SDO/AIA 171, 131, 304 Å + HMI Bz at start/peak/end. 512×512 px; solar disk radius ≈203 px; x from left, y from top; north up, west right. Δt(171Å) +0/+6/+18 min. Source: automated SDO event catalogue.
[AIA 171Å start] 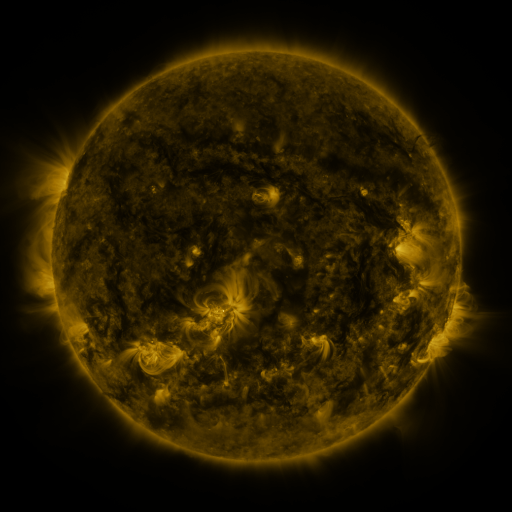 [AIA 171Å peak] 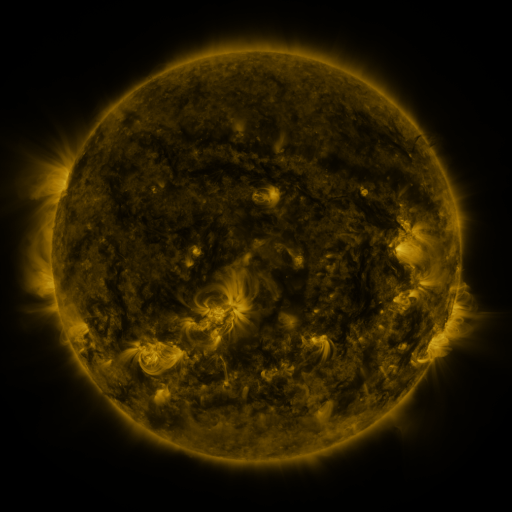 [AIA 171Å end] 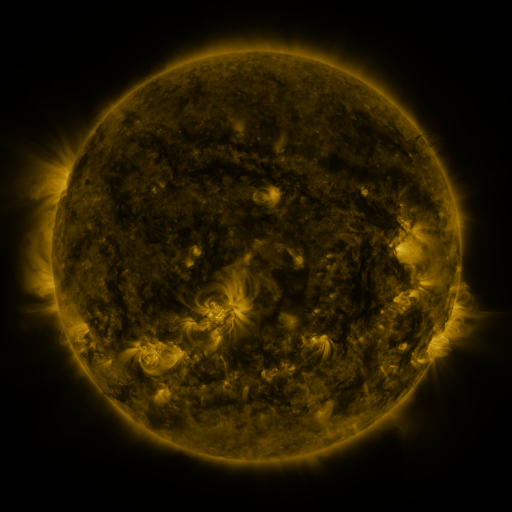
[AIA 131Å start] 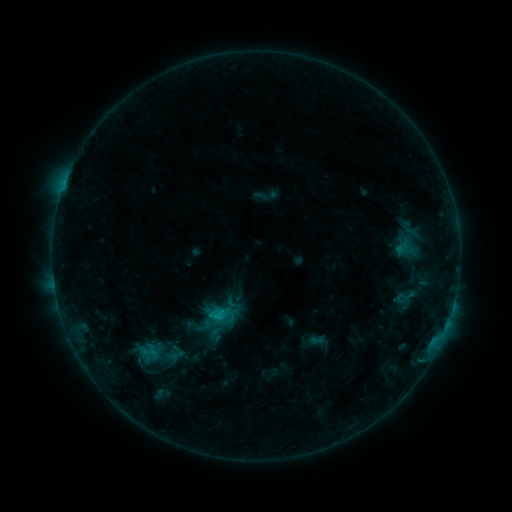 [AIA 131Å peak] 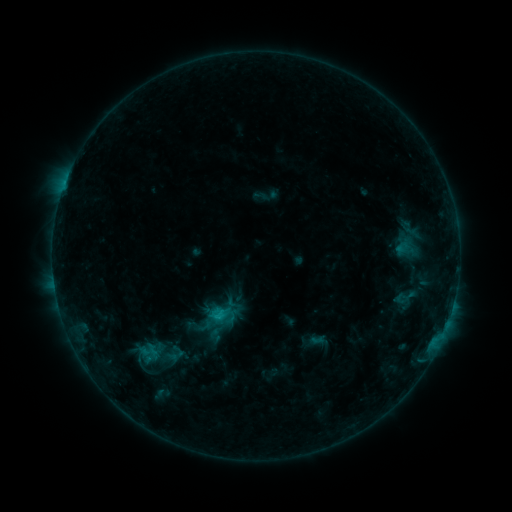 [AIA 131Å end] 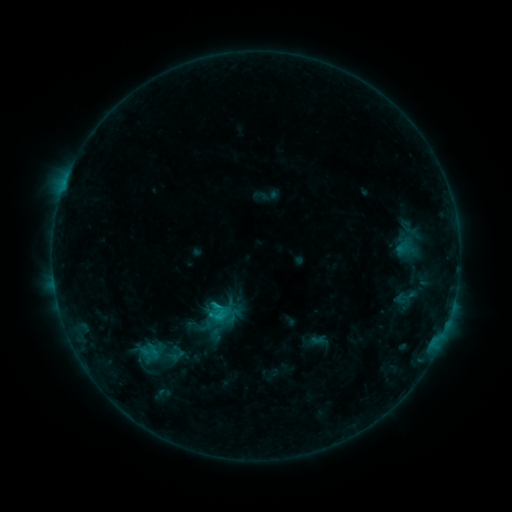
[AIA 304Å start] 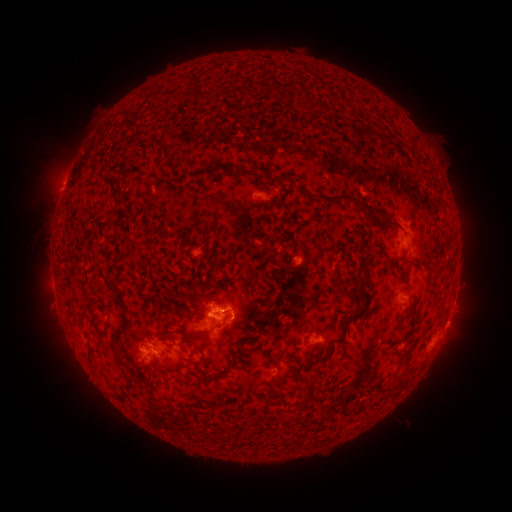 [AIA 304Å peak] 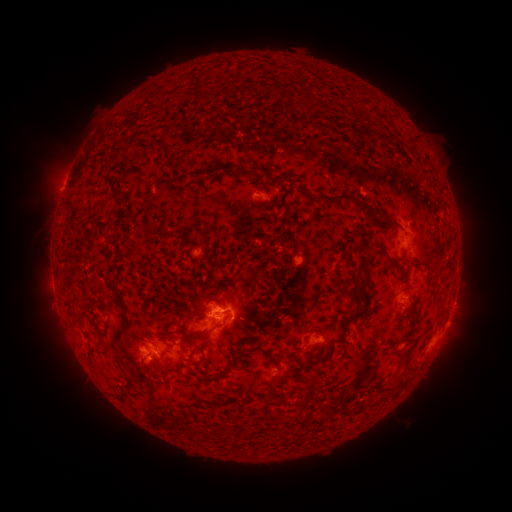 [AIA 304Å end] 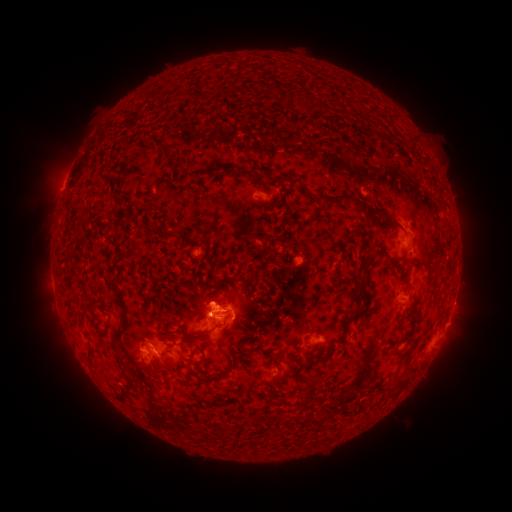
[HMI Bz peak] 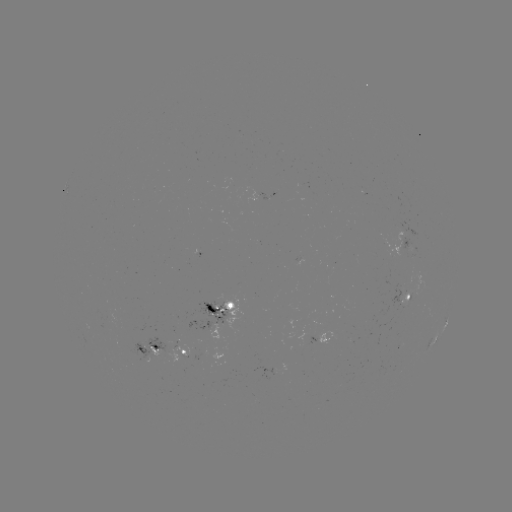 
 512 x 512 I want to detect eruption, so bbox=[191, 269, 236, 310].